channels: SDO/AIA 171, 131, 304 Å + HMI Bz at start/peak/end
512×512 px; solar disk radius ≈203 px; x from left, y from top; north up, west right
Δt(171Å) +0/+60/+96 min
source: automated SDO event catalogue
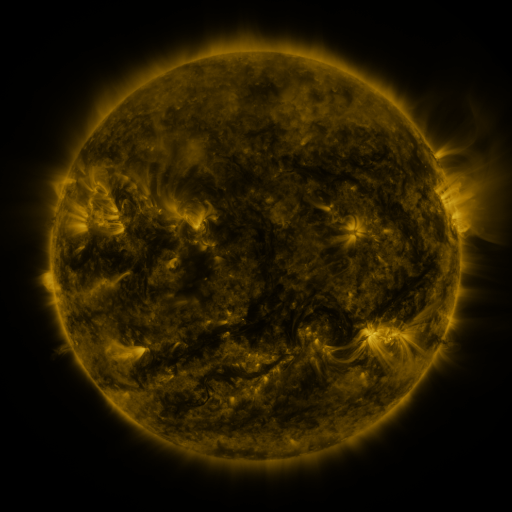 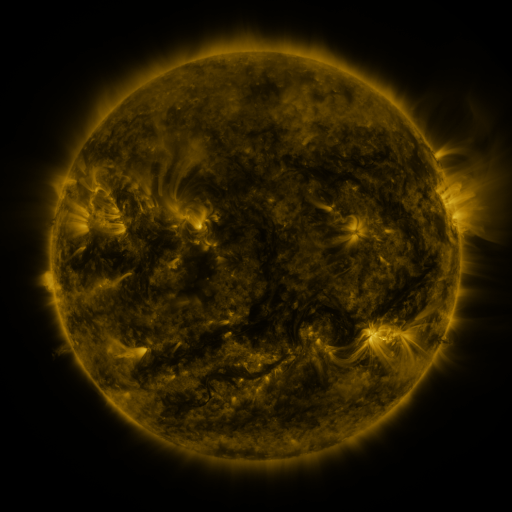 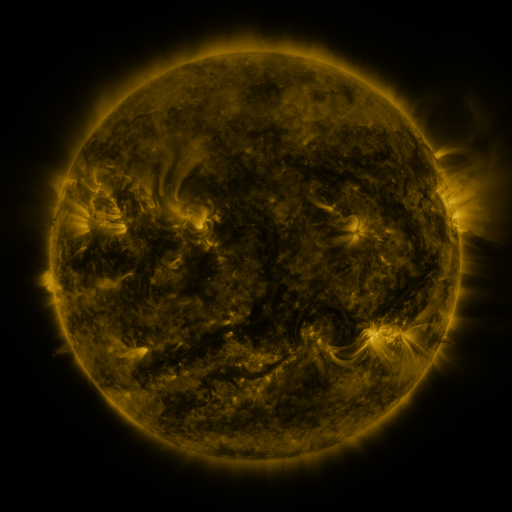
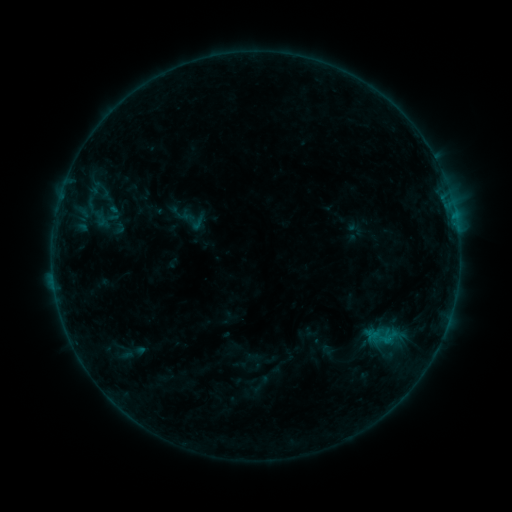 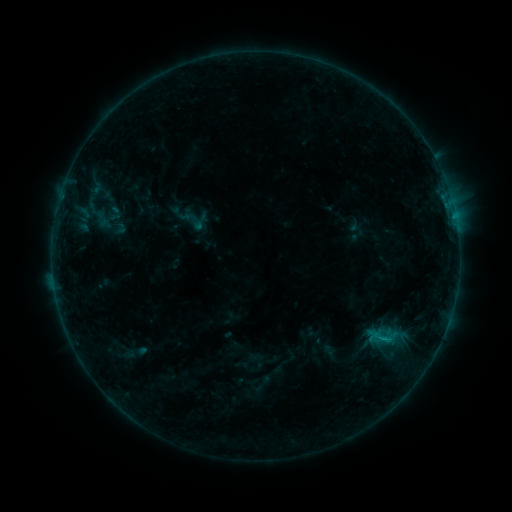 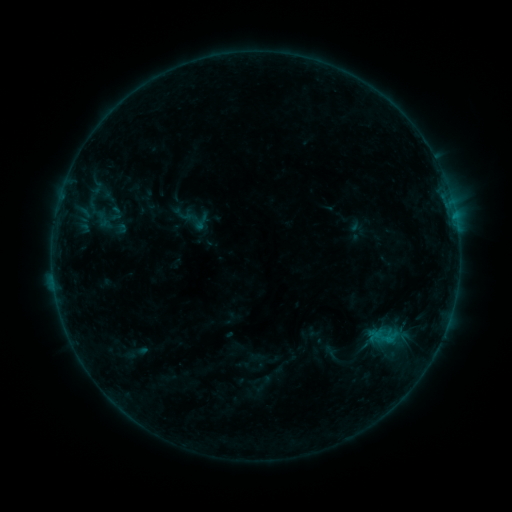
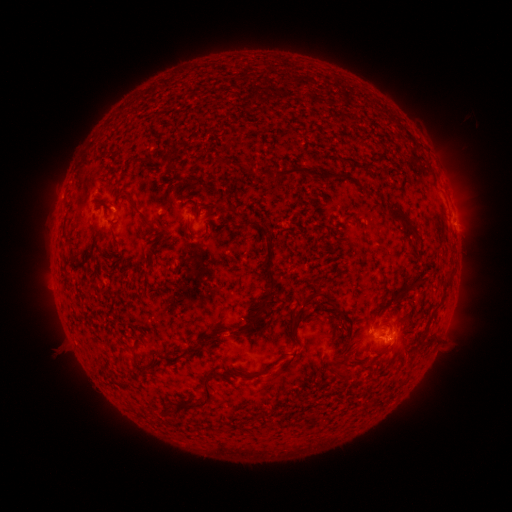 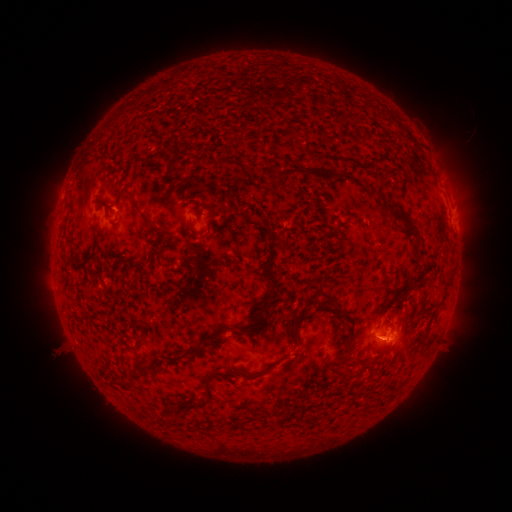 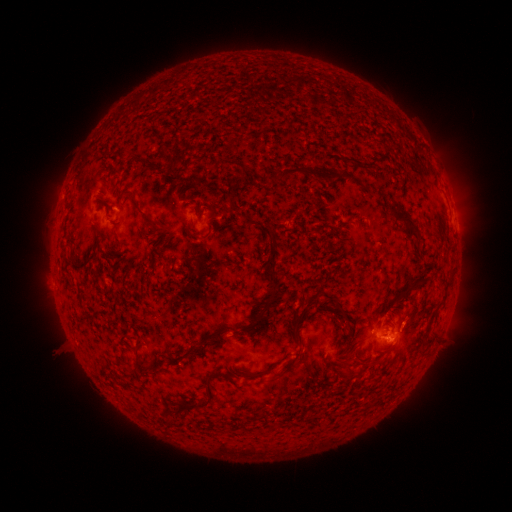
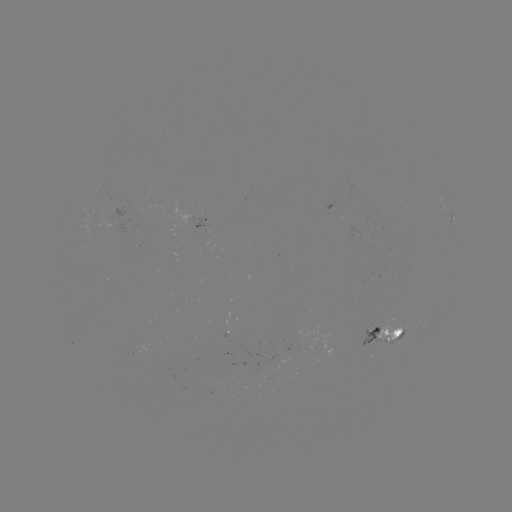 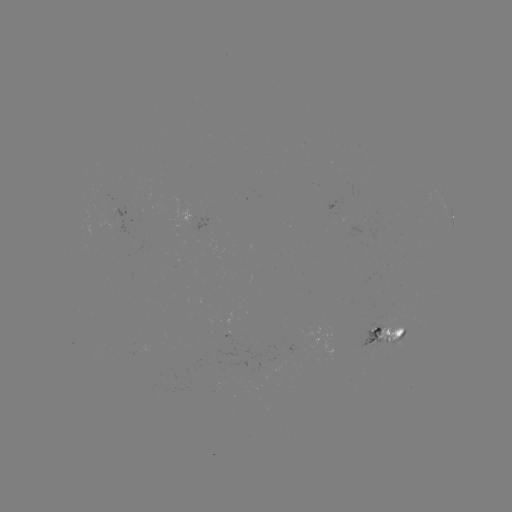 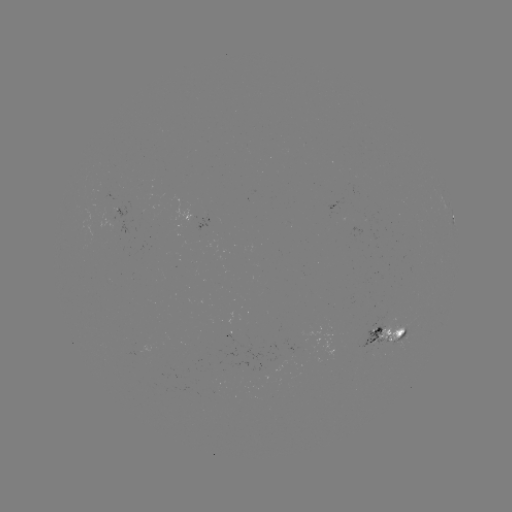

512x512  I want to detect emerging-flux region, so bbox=[286, 344, 304, 352].